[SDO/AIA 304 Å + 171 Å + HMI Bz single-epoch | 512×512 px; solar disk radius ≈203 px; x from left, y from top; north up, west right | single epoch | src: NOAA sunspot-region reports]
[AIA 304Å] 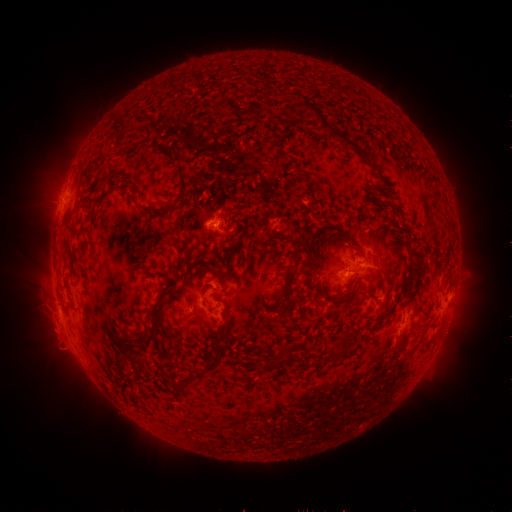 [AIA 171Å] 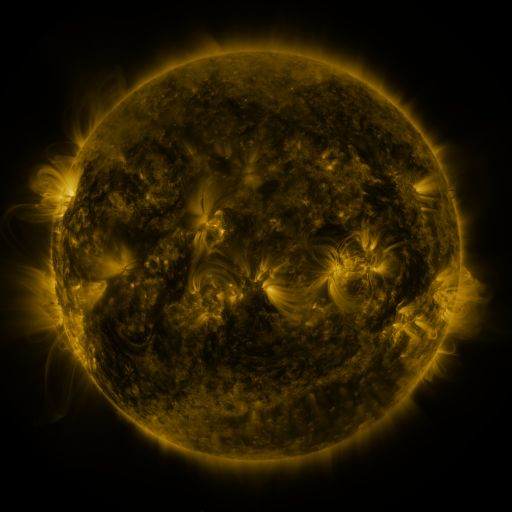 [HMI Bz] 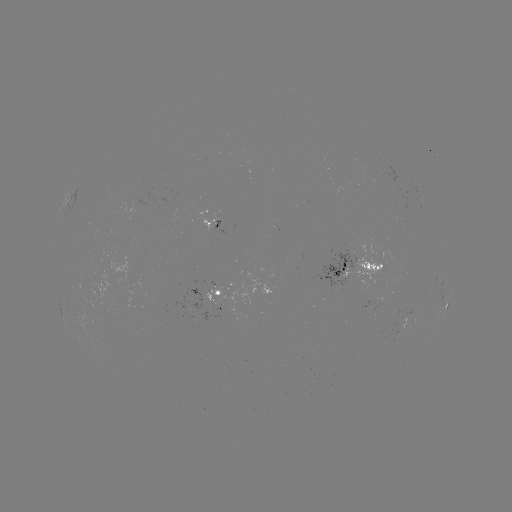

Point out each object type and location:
spotted active region: (69, 202)
spotted active region: (213, 225)
spotted active region: (357, 266)
spotted active region: (446, 298)
spotted active region: (218, 299)
spotted active region: (410, 318)
